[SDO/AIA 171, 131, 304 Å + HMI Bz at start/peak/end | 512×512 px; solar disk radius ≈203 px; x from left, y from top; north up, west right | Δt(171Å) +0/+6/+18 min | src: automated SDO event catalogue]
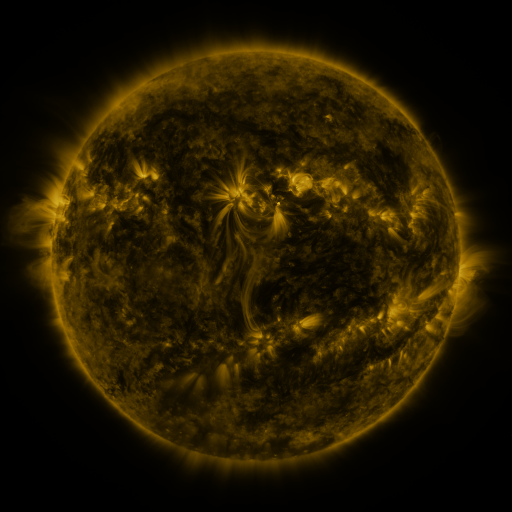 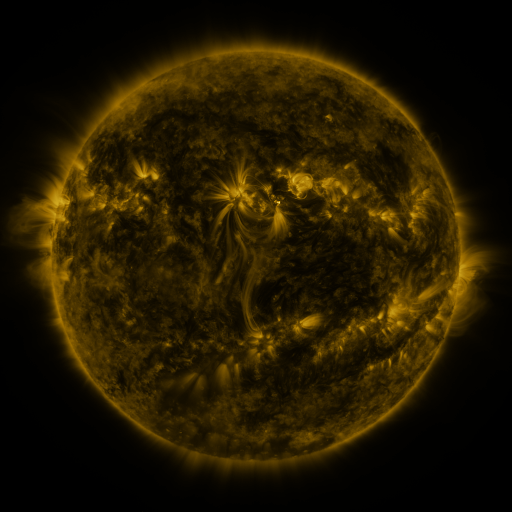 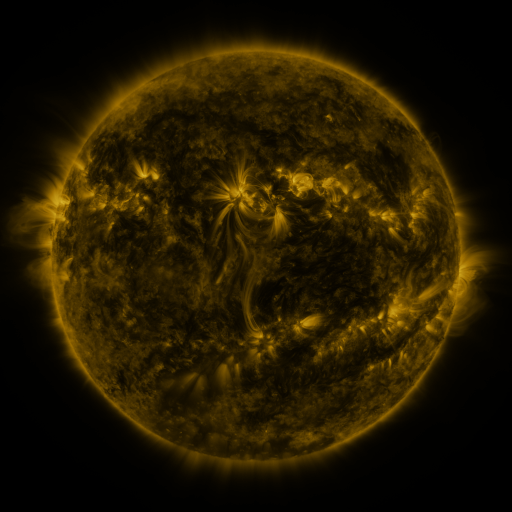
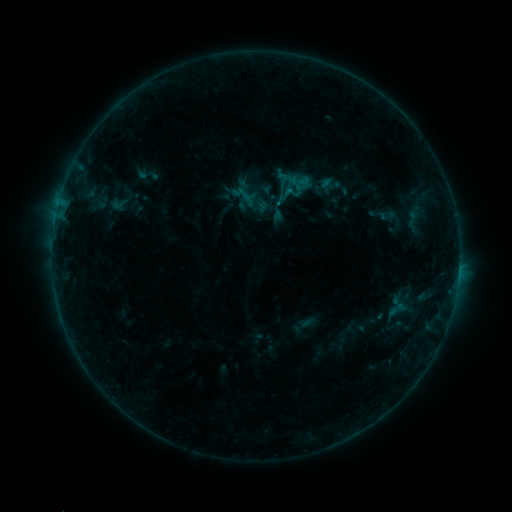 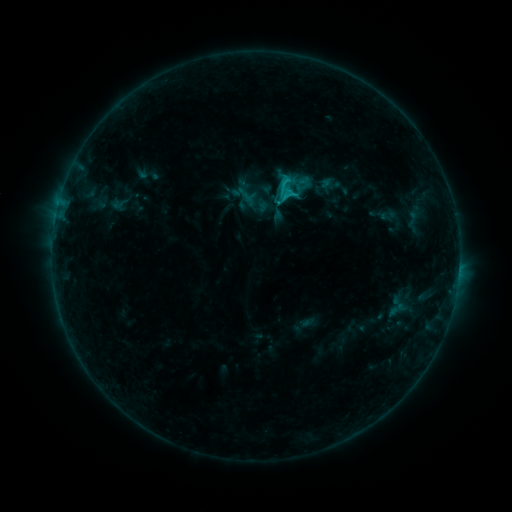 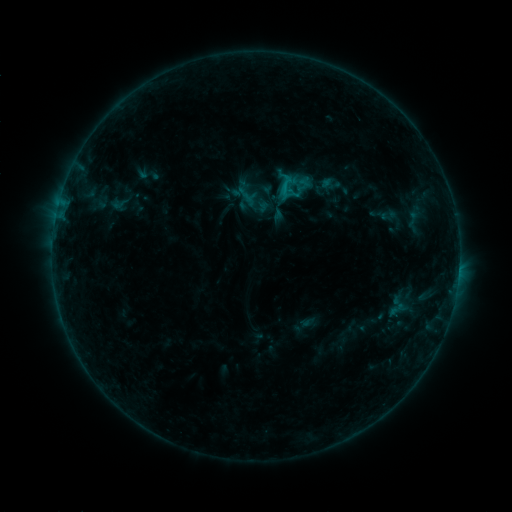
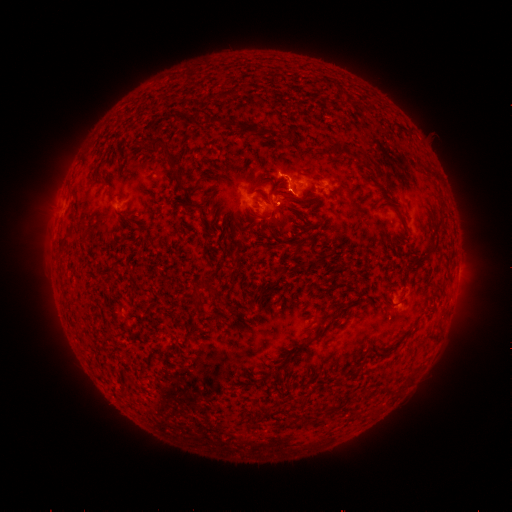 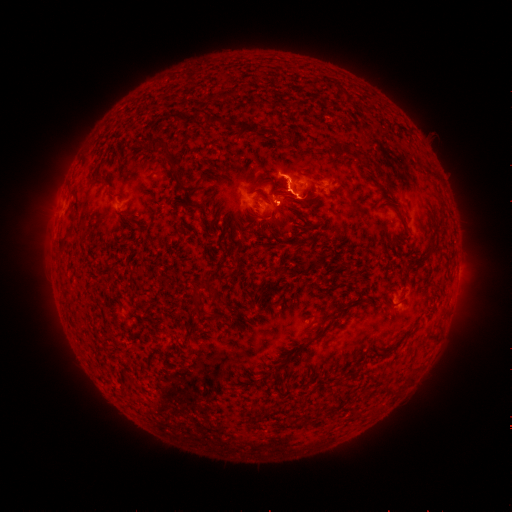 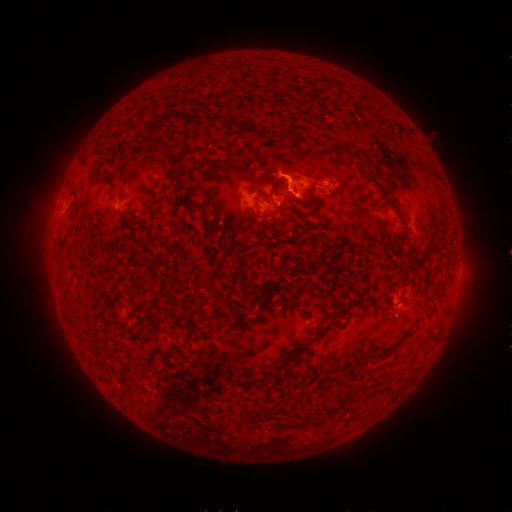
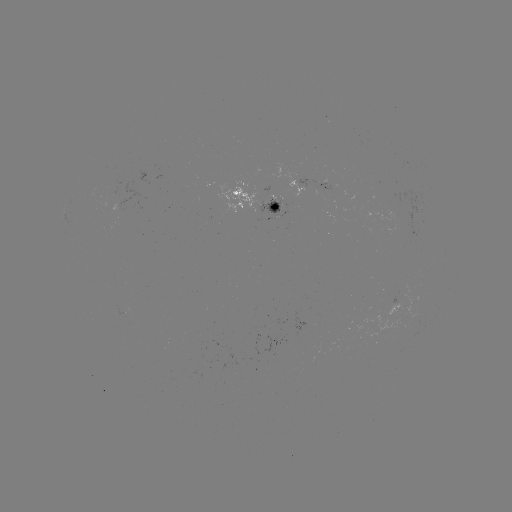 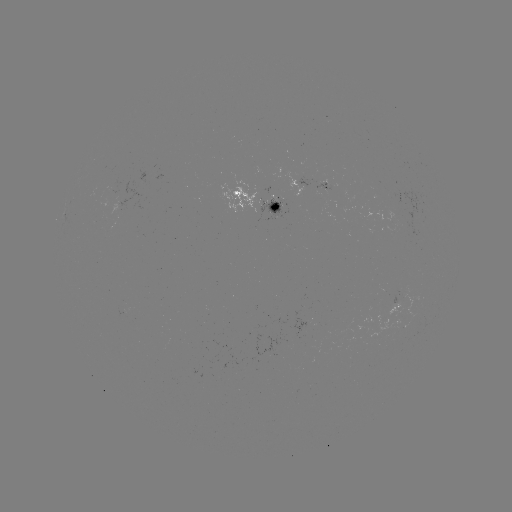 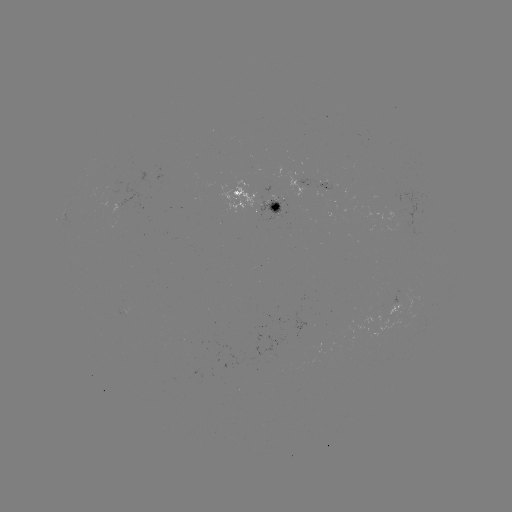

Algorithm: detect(C1.6 flare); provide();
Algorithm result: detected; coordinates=[285, 181]